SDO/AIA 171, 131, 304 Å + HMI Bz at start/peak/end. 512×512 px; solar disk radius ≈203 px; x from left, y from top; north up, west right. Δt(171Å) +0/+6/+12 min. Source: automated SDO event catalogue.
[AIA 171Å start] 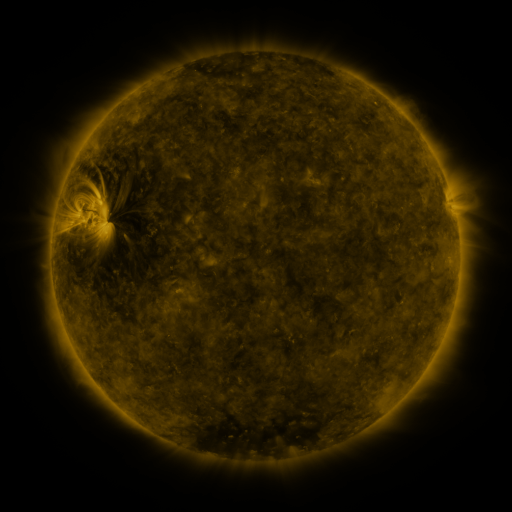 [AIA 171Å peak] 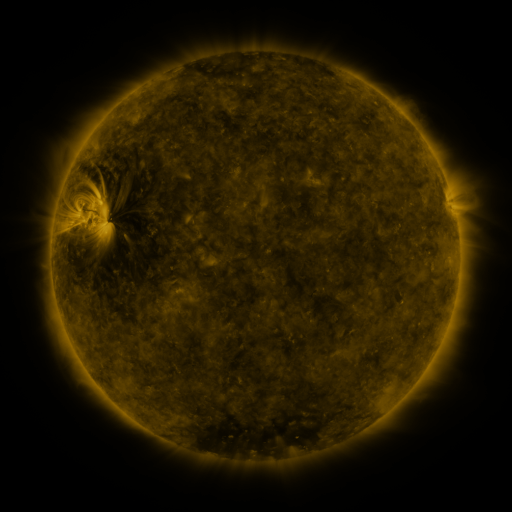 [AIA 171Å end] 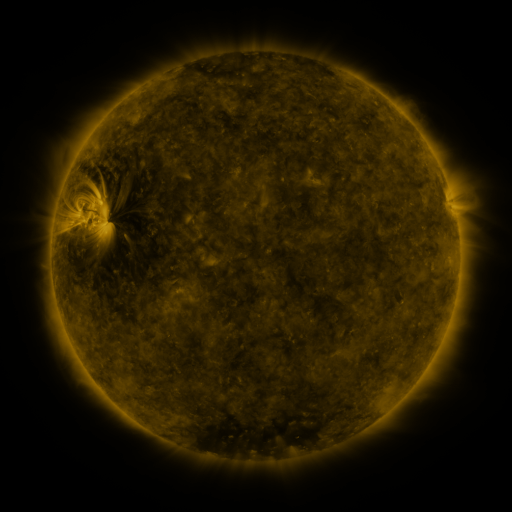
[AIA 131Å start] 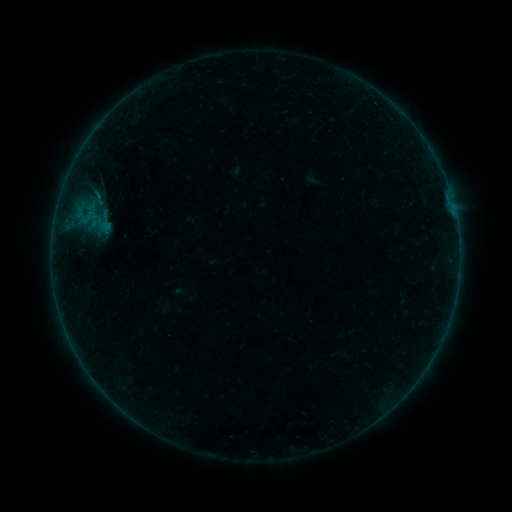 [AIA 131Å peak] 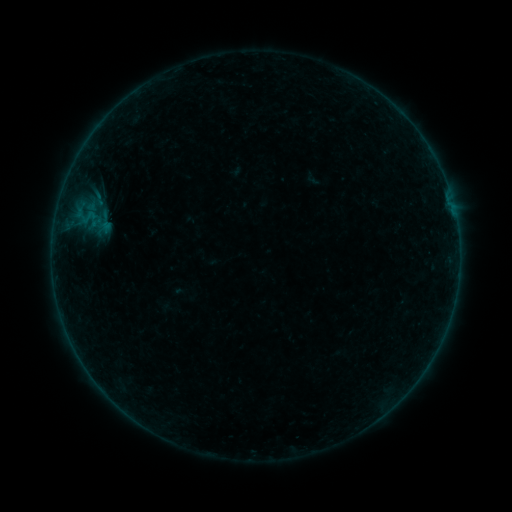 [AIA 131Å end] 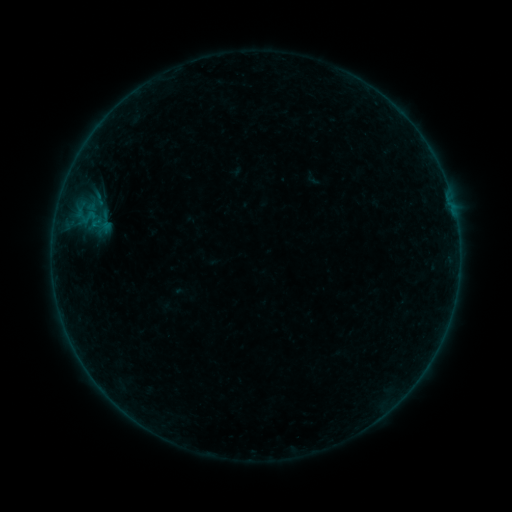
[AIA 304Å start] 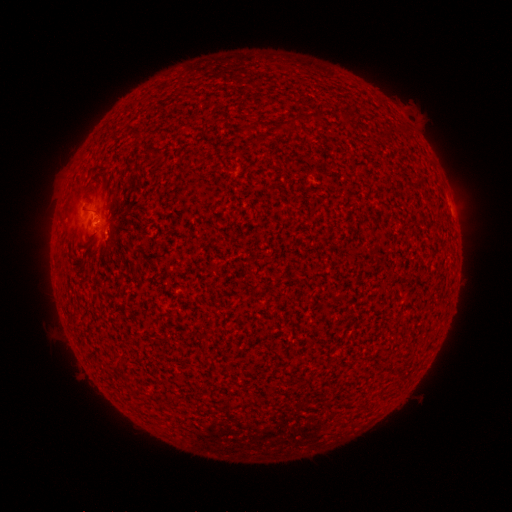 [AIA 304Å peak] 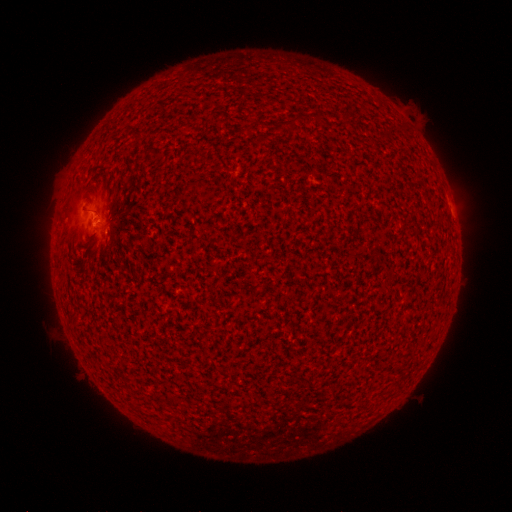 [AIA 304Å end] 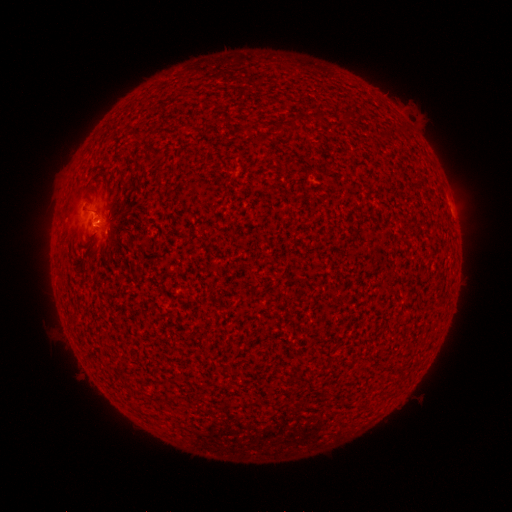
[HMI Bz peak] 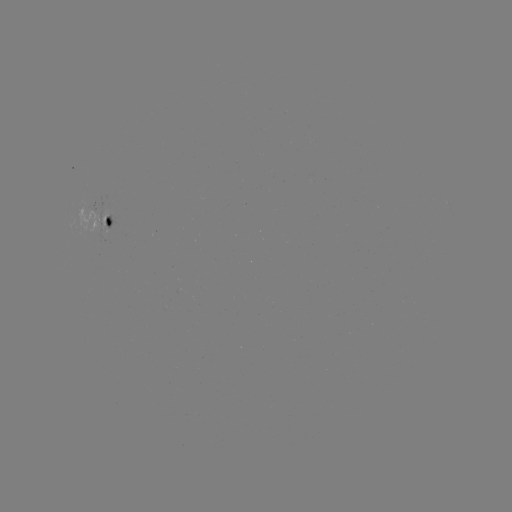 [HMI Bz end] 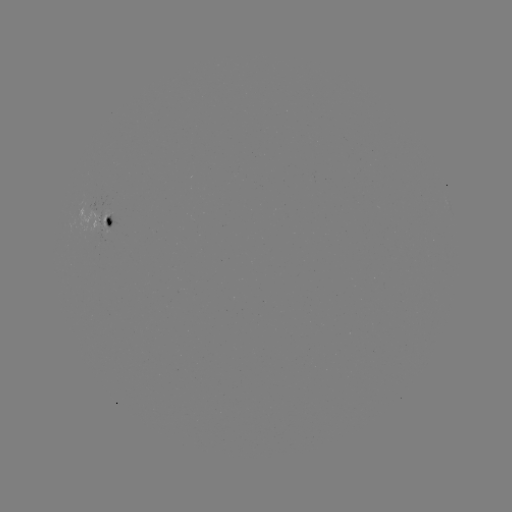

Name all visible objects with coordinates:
B1.3 flare: (96, 225)
